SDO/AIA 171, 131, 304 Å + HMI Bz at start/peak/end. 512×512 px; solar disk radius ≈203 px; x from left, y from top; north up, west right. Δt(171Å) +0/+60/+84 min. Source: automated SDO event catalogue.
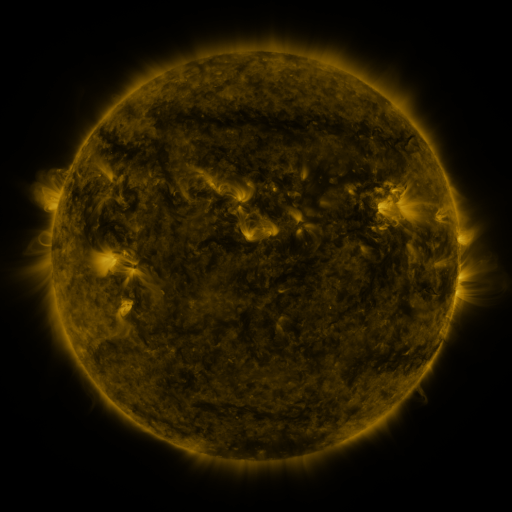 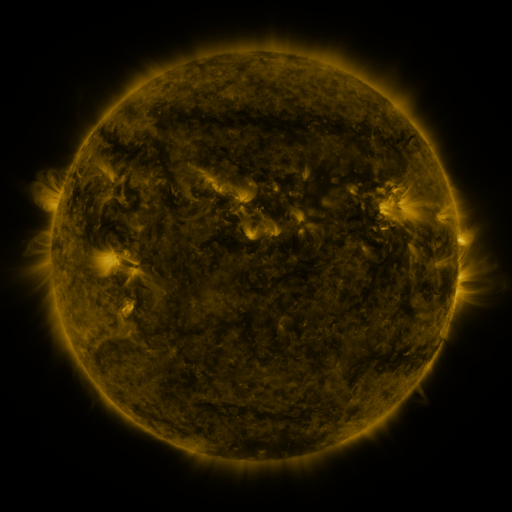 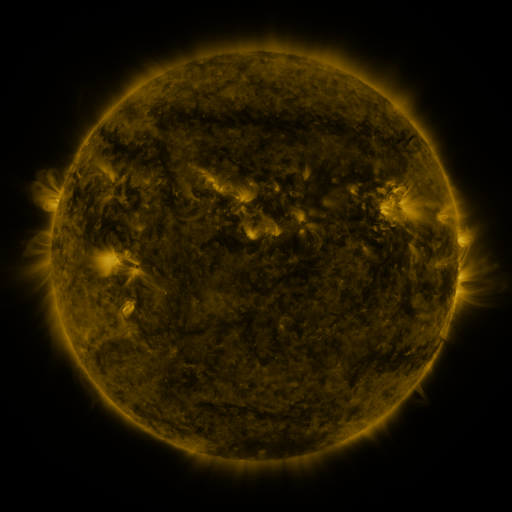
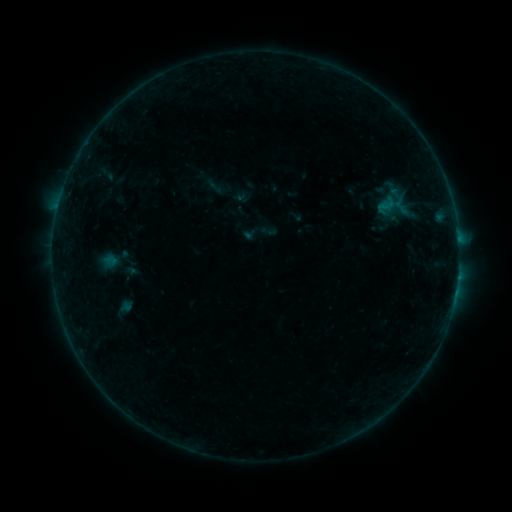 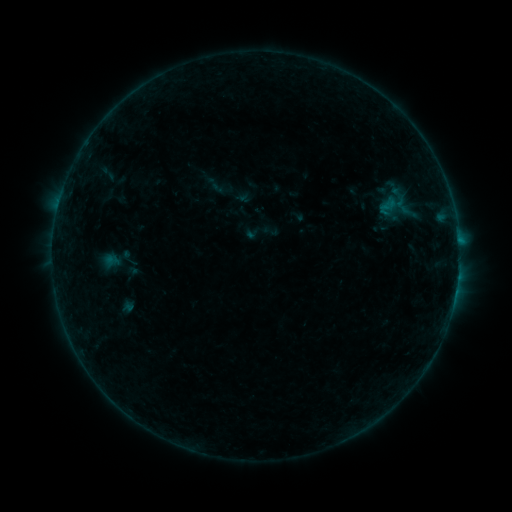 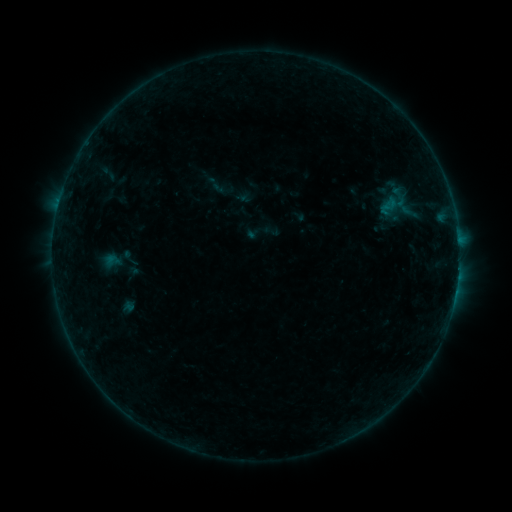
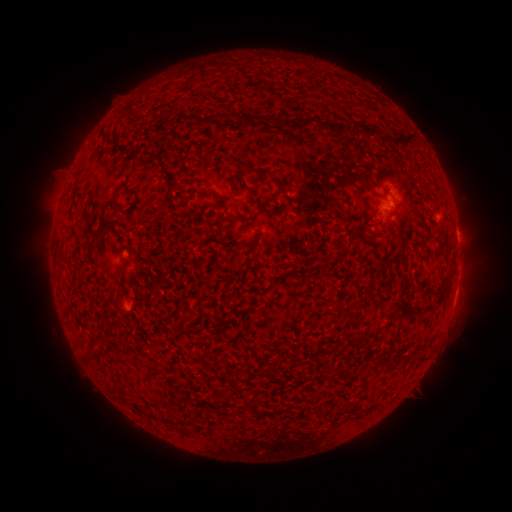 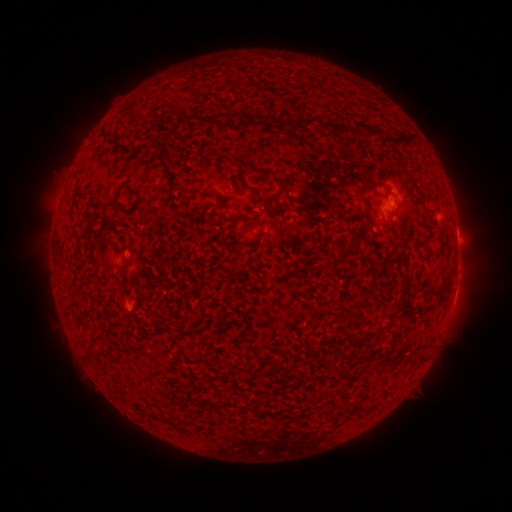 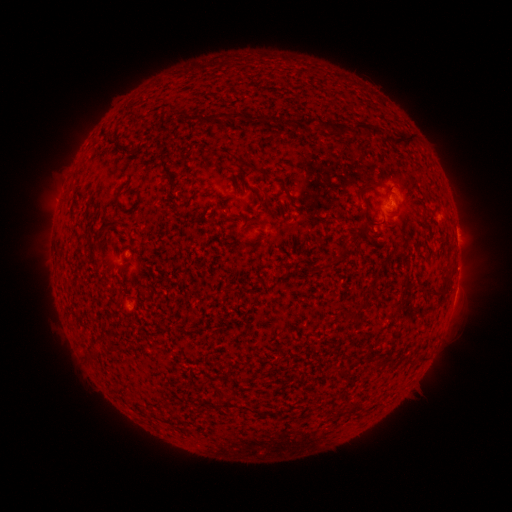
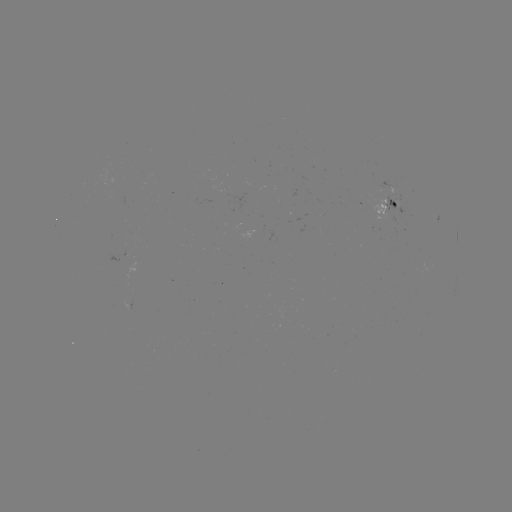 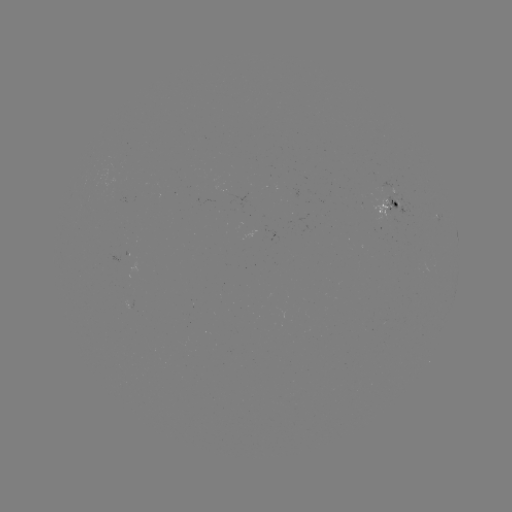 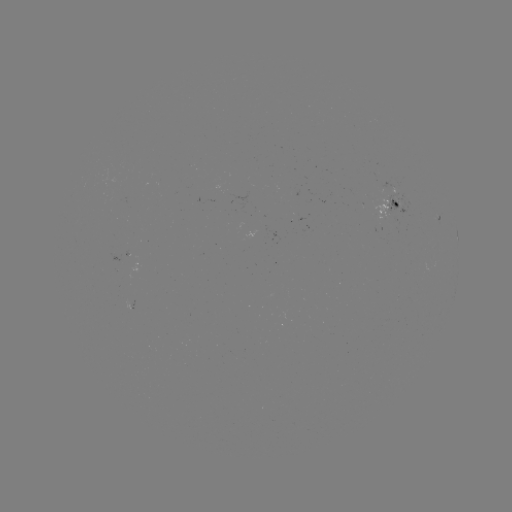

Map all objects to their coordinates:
emerging-flux region: (390, 209)
